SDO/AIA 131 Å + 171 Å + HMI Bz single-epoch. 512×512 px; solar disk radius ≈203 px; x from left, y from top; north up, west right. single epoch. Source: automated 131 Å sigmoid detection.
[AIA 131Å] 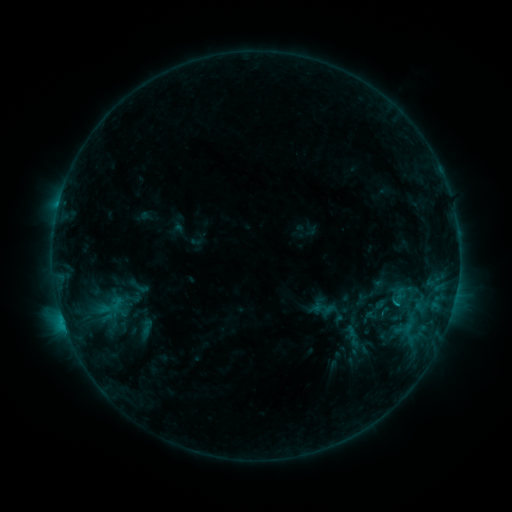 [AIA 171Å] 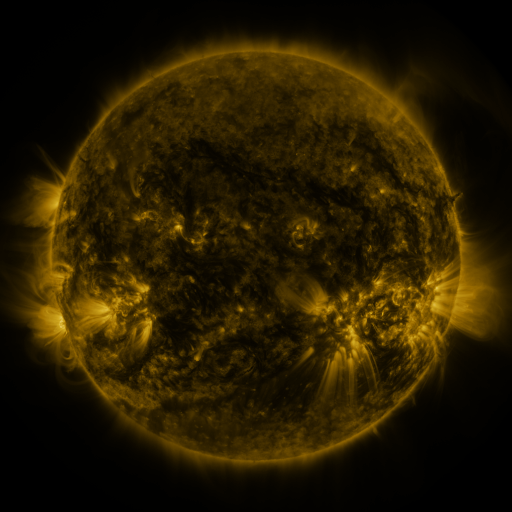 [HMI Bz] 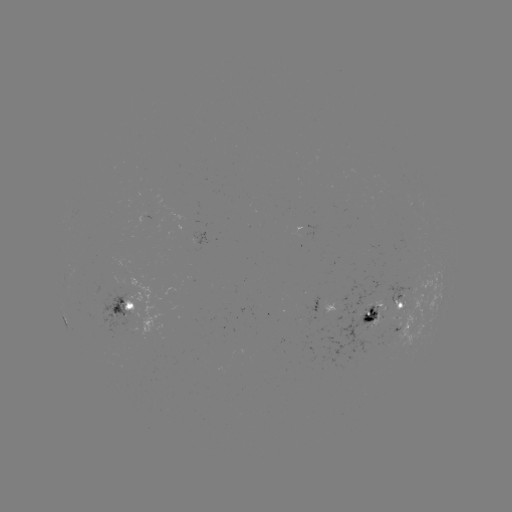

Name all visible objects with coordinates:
sigmoid: [125, 274, 152, 299]
sigmoid: [360, 295, 390, 324]
